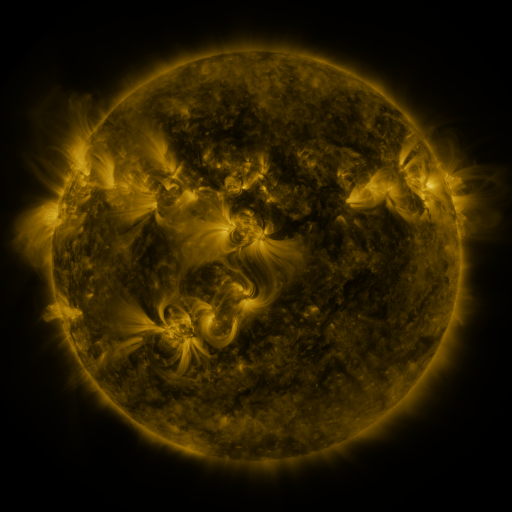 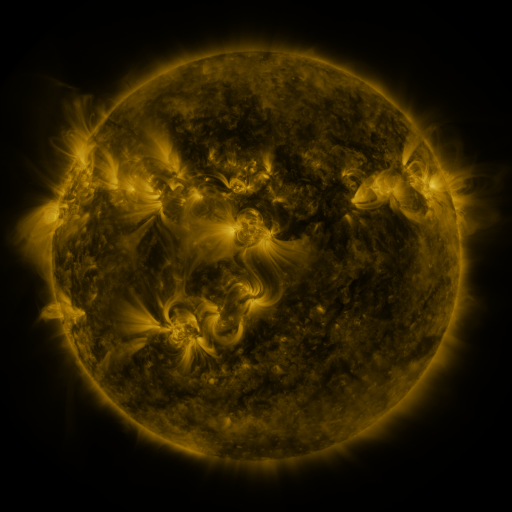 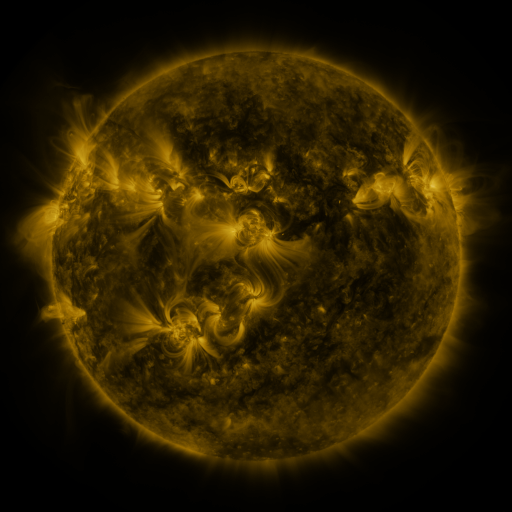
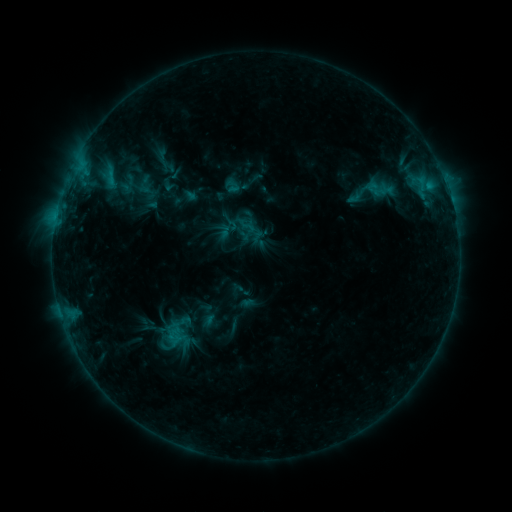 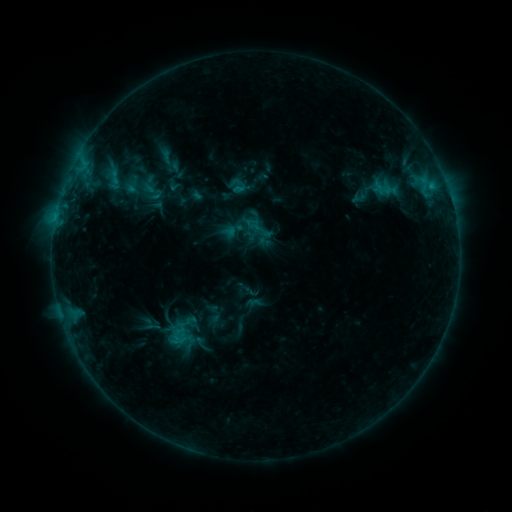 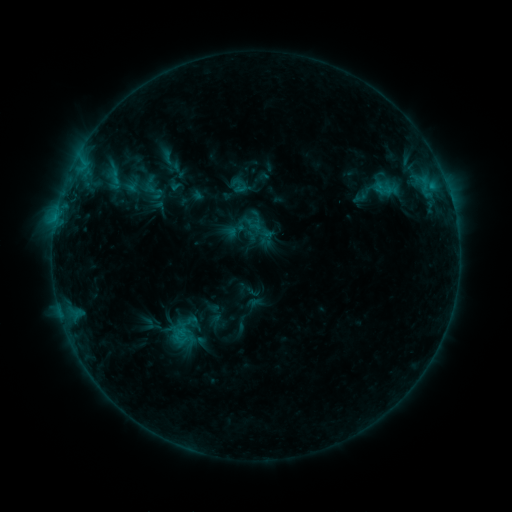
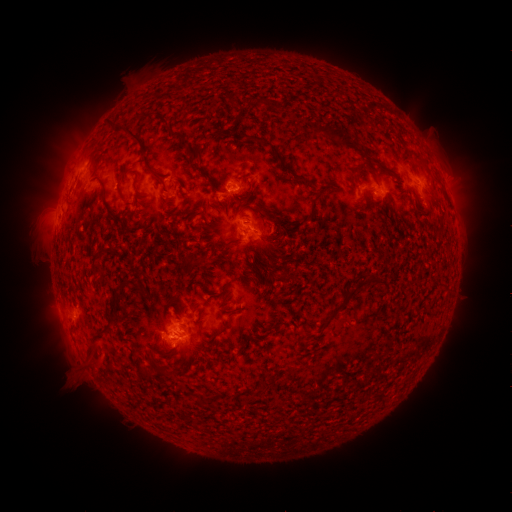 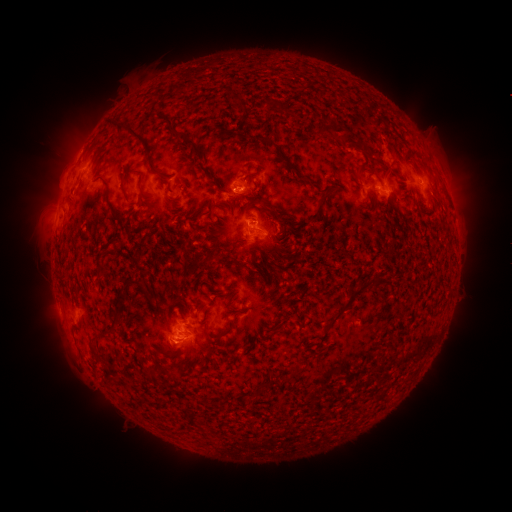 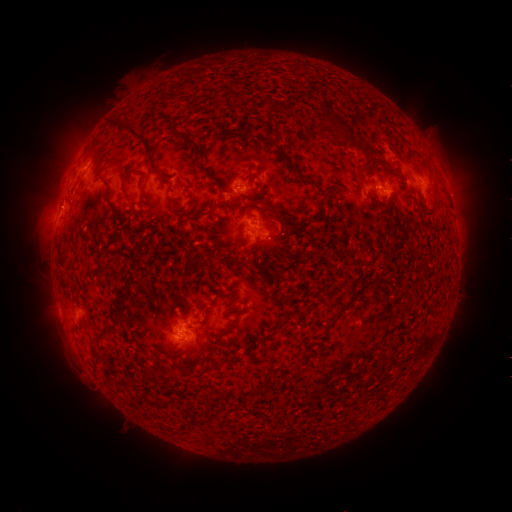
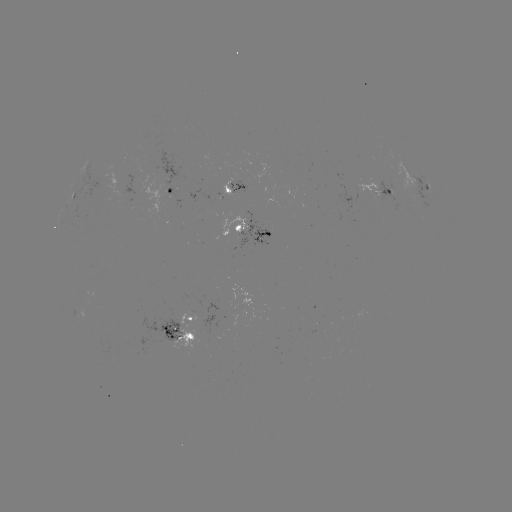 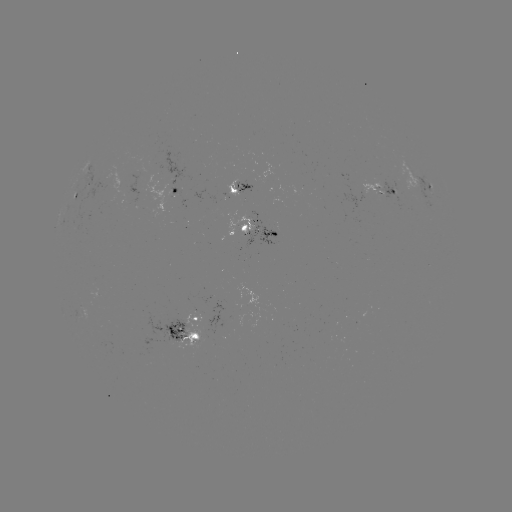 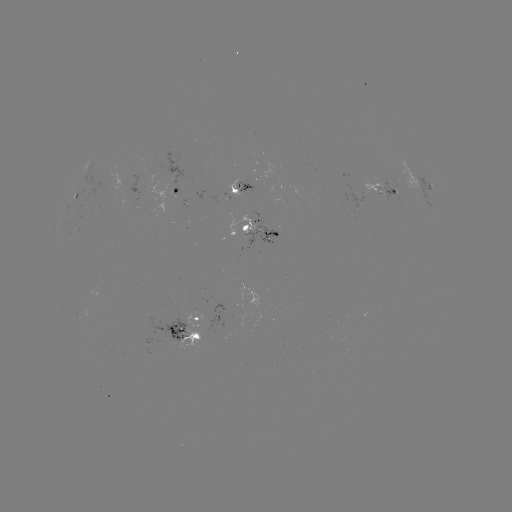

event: emerging-flux region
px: (246, 222)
